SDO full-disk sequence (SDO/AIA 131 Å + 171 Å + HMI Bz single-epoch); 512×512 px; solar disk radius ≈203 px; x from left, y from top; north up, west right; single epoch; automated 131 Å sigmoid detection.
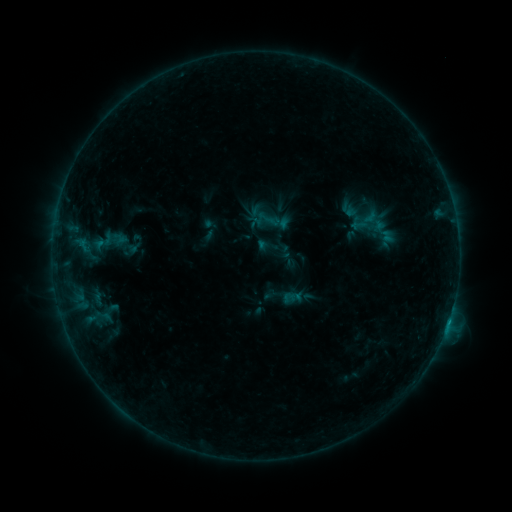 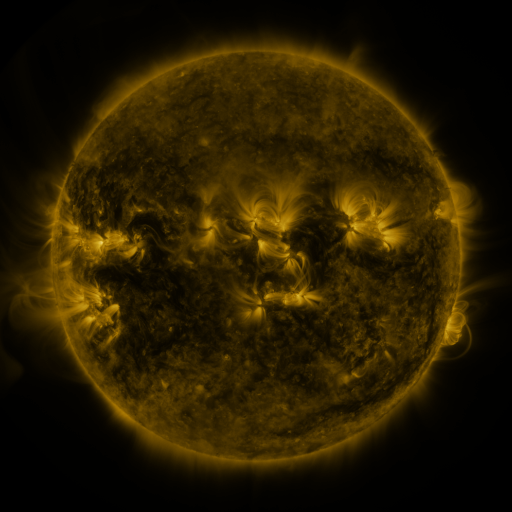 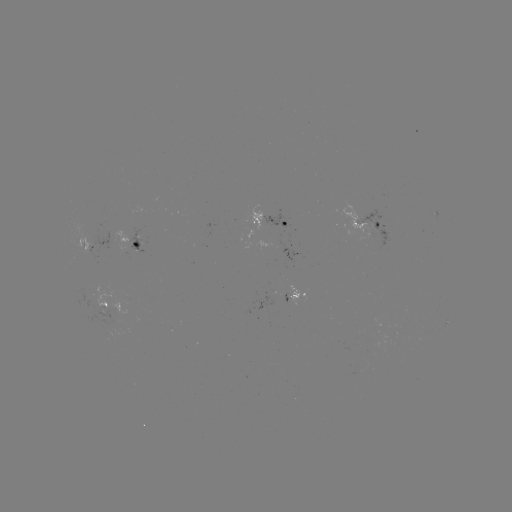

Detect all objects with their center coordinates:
sigmoid: (359, 225)
sigmoid: (103, 241)
